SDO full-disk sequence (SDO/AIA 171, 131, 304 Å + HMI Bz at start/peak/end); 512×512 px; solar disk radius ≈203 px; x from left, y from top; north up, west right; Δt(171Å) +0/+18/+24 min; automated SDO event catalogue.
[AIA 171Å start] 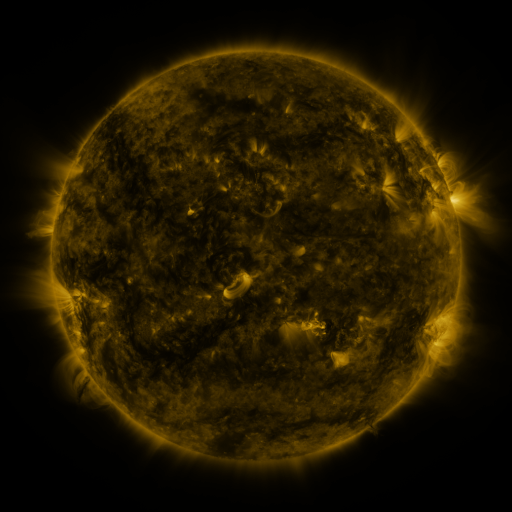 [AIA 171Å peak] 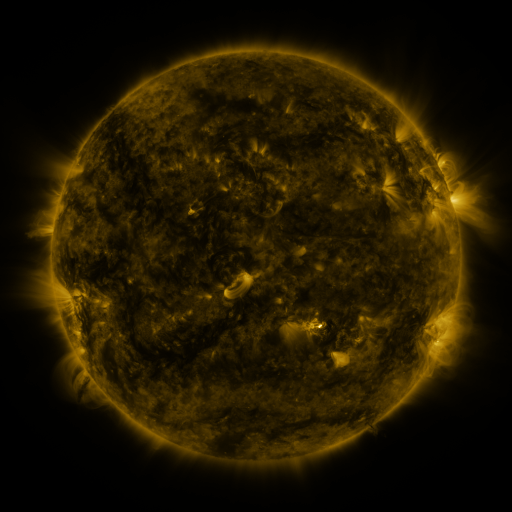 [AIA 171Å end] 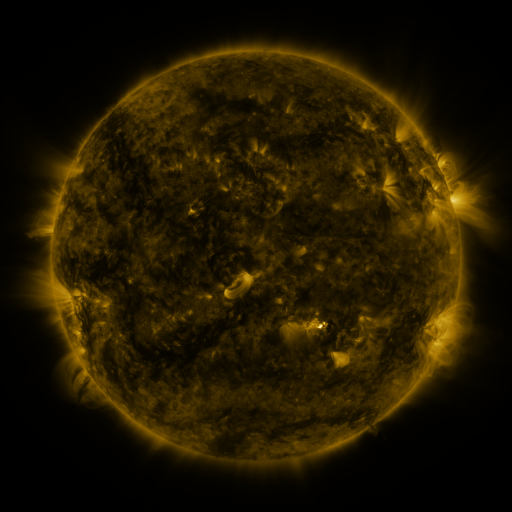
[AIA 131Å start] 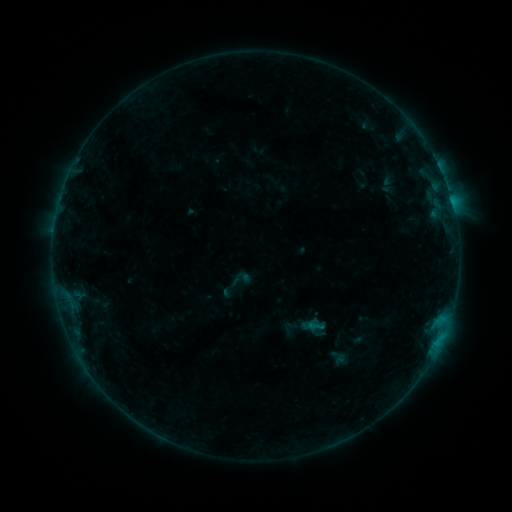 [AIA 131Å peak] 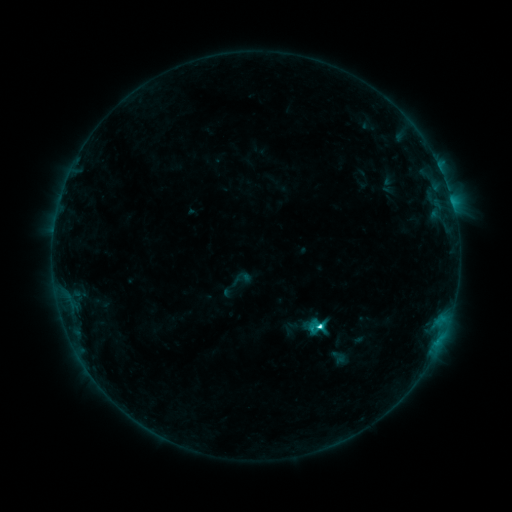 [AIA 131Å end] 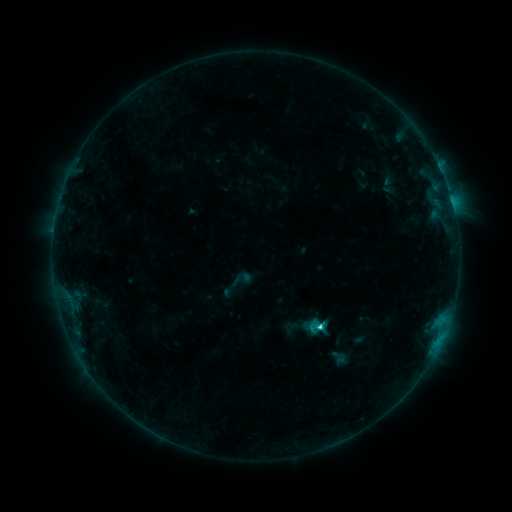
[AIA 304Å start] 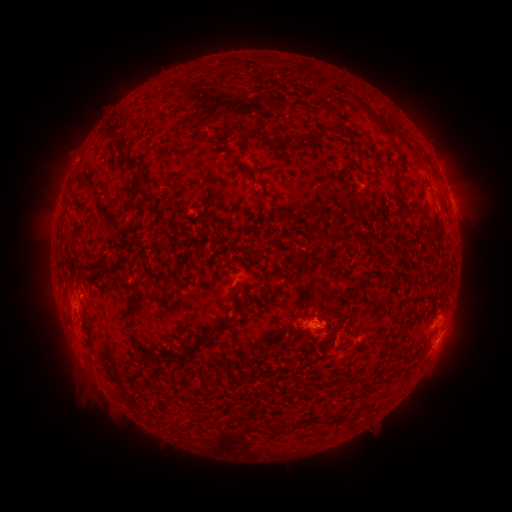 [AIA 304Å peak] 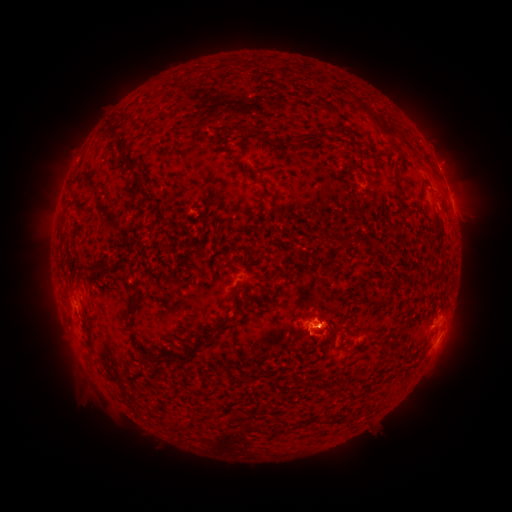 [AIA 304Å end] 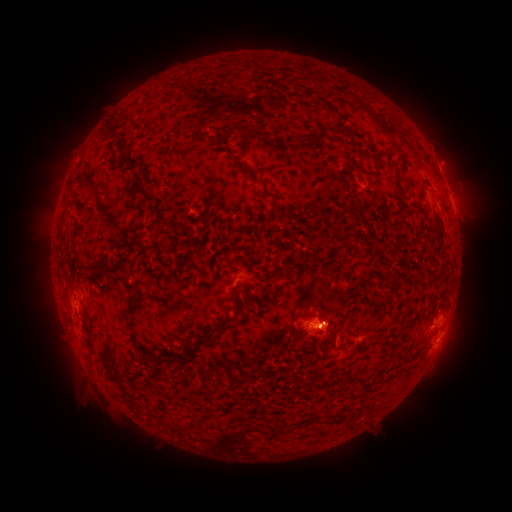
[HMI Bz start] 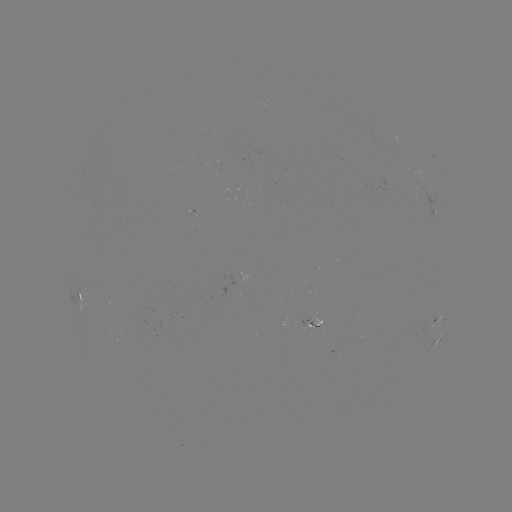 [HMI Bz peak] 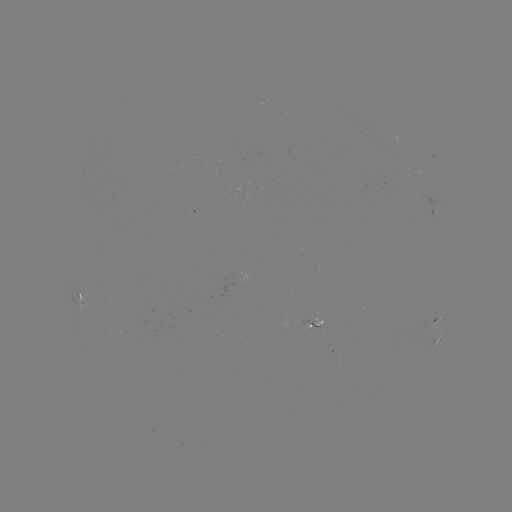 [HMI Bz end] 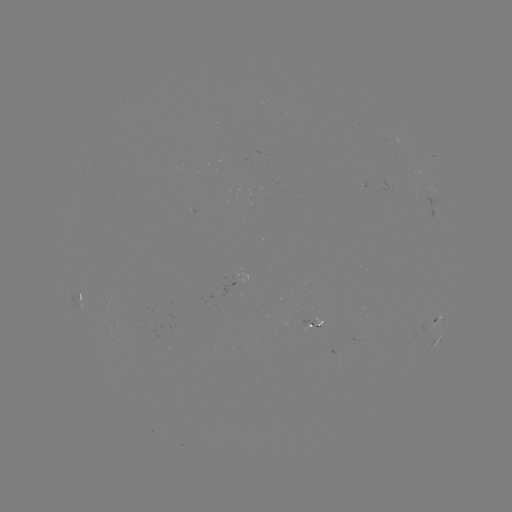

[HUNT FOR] C2.9 flare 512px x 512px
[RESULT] (318, 323)